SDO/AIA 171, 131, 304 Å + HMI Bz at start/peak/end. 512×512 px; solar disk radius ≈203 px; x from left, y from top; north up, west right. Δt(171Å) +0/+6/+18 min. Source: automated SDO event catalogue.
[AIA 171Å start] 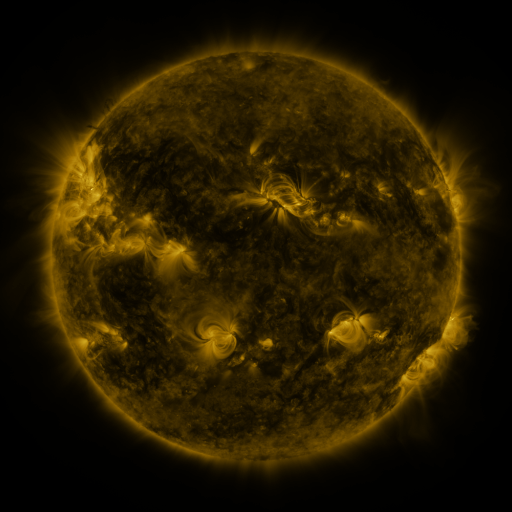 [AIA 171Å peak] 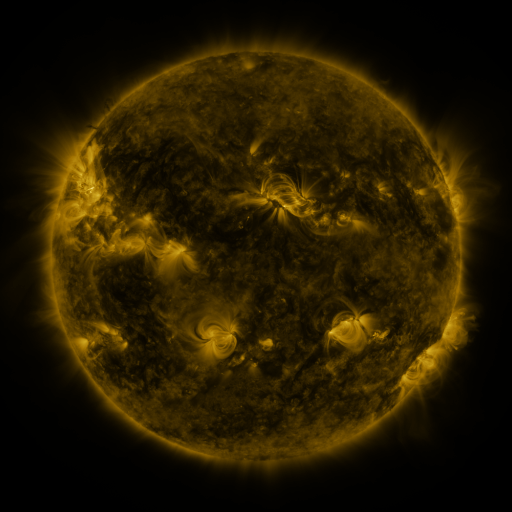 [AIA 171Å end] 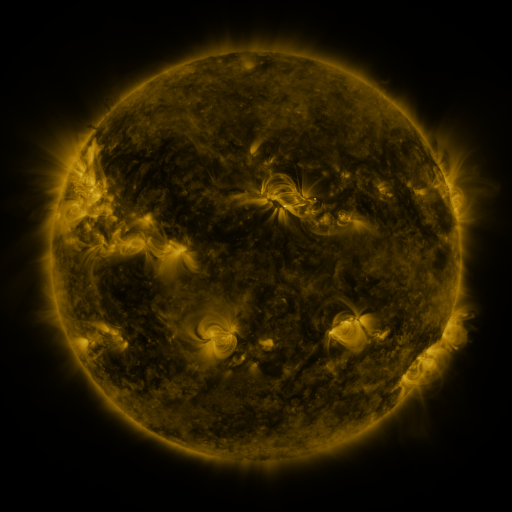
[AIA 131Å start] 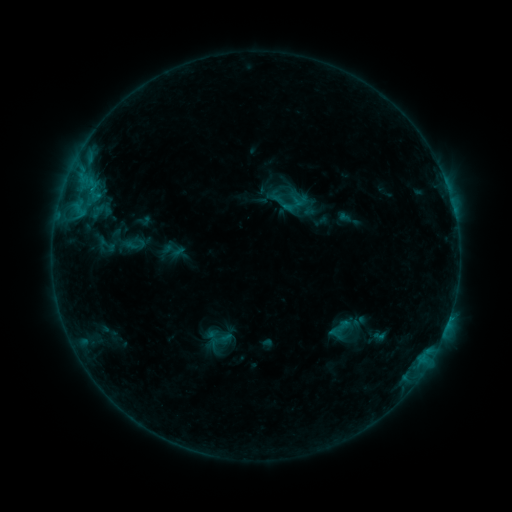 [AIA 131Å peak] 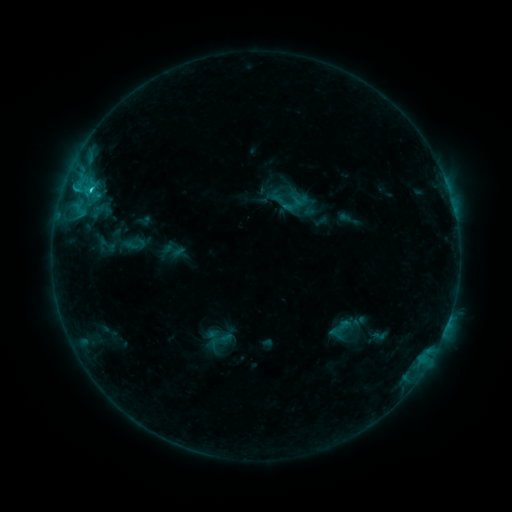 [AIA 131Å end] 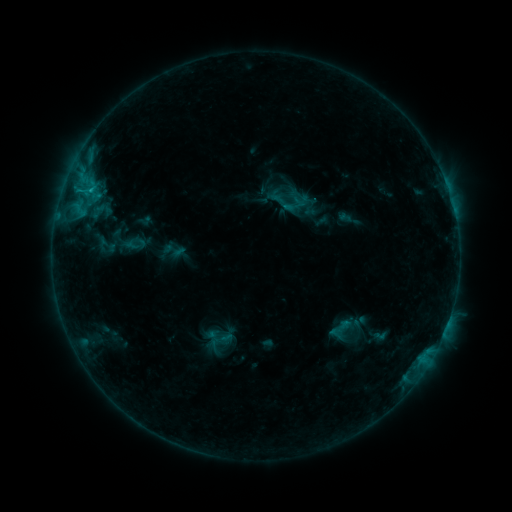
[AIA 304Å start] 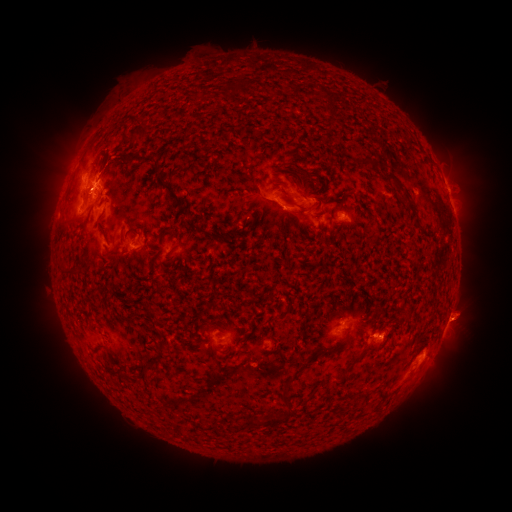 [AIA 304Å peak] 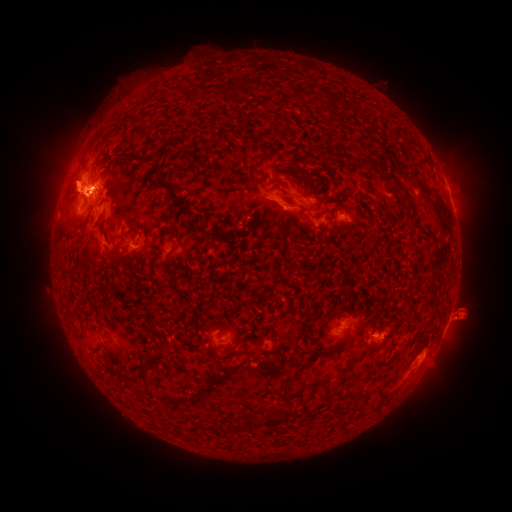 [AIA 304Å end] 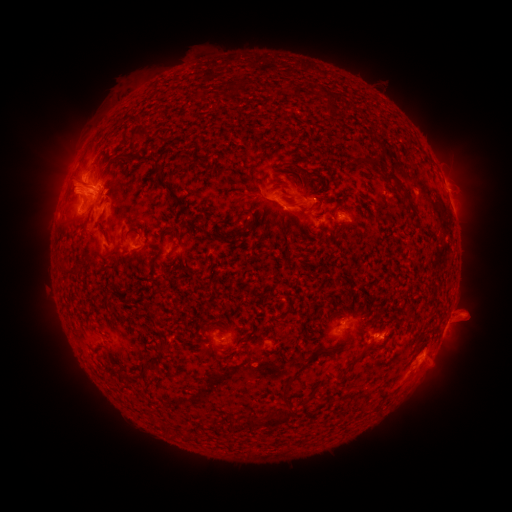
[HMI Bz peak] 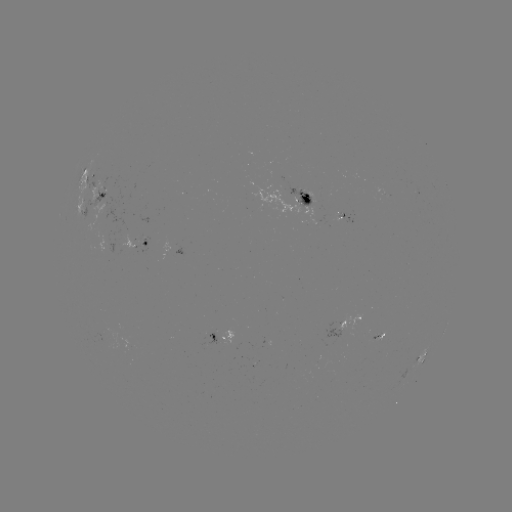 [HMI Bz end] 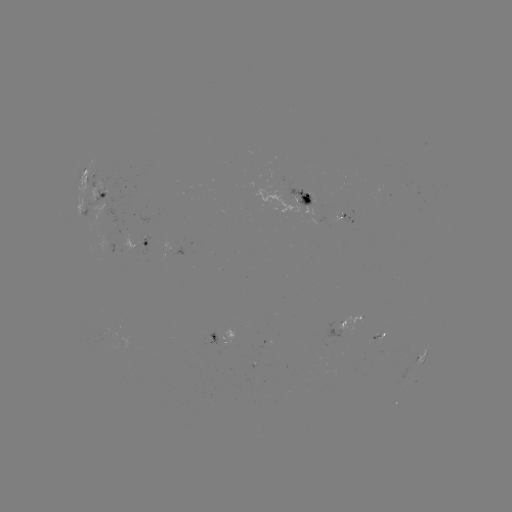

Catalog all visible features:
C1.8 flare: (92, 192)
